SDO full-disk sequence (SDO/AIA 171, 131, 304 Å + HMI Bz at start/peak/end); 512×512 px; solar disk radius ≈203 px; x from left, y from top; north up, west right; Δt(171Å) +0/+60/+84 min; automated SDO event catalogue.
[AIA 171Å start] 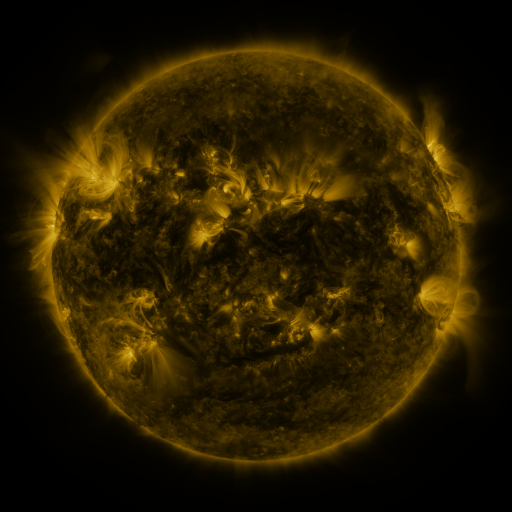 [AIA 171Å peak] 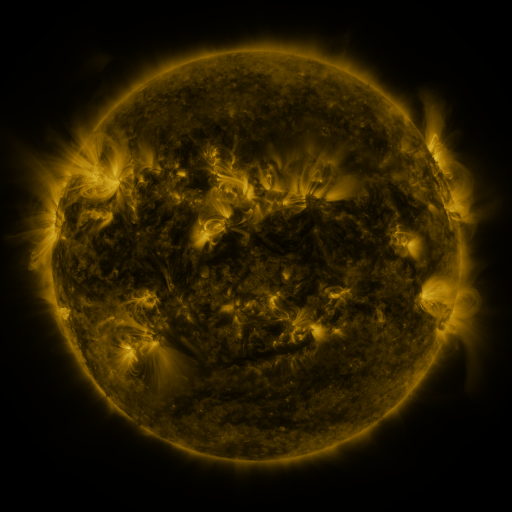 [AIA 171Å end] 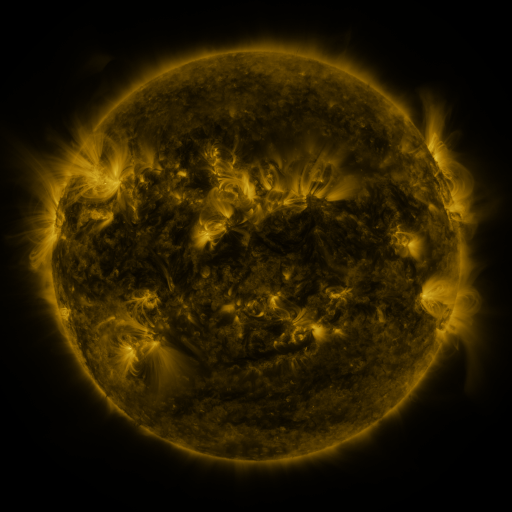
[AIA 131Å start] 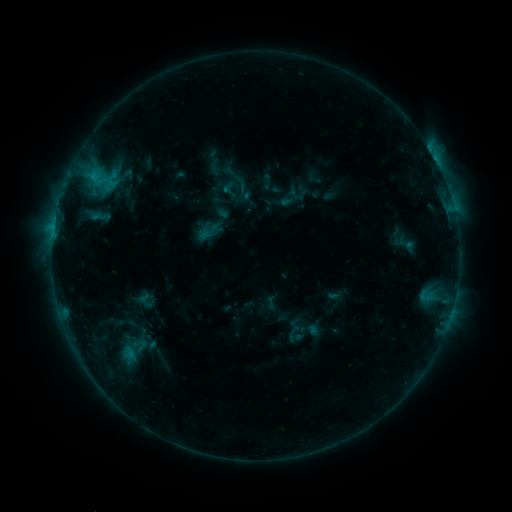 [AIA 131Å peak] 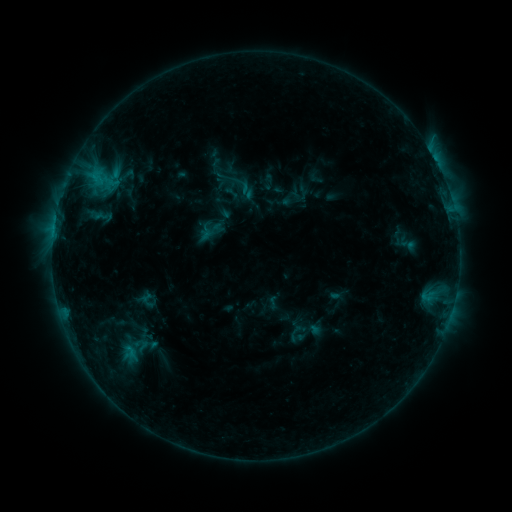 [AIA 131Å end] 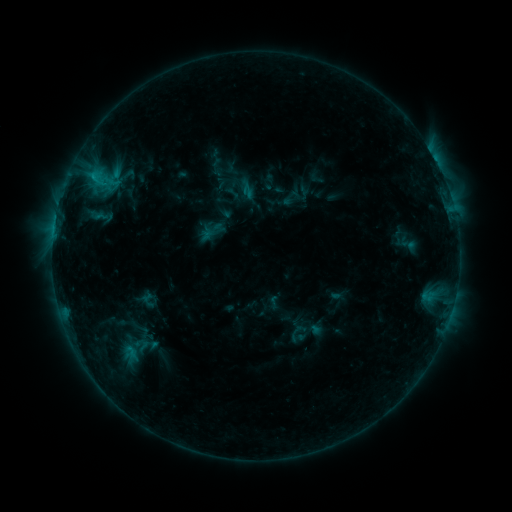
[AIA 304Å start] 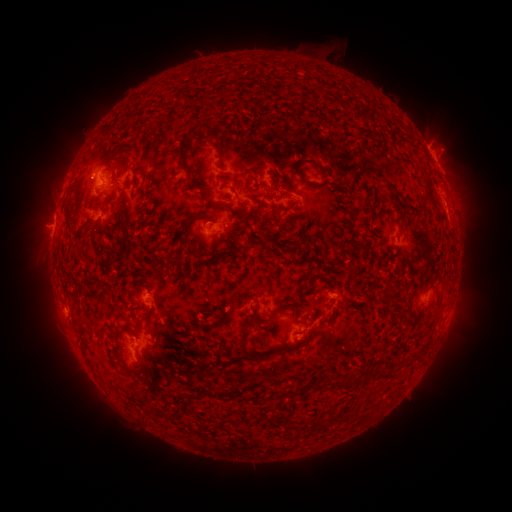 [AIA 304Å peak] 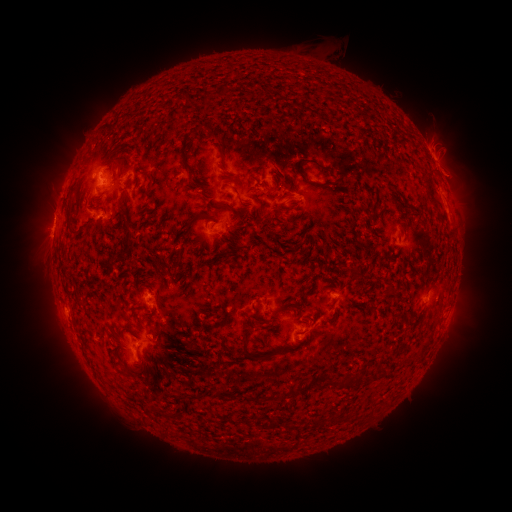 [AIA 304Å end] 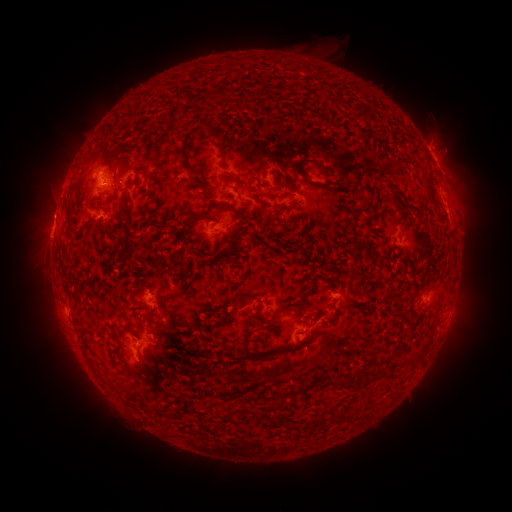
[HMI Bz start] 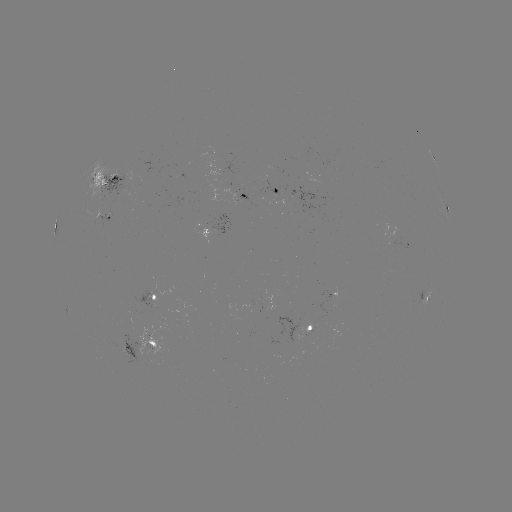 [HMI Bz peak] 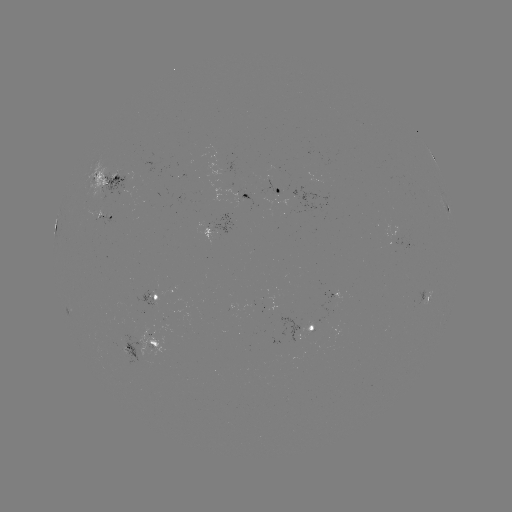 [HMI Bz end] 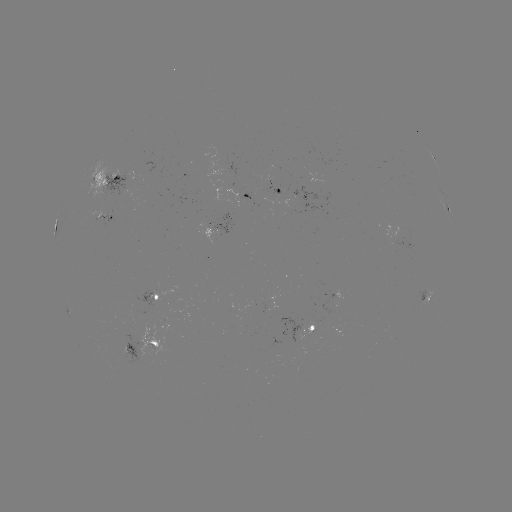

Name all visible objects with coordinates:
emerging-flux region: (115, 178)
